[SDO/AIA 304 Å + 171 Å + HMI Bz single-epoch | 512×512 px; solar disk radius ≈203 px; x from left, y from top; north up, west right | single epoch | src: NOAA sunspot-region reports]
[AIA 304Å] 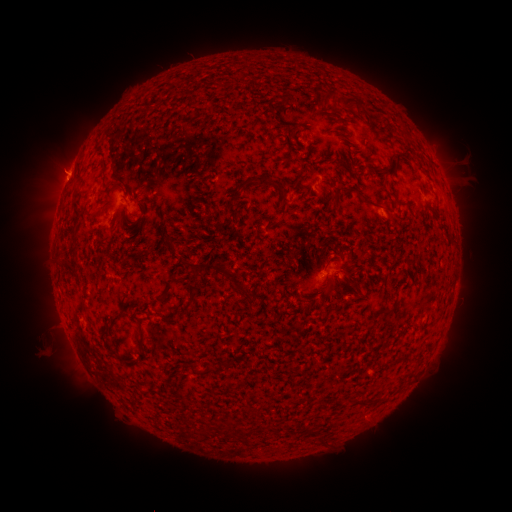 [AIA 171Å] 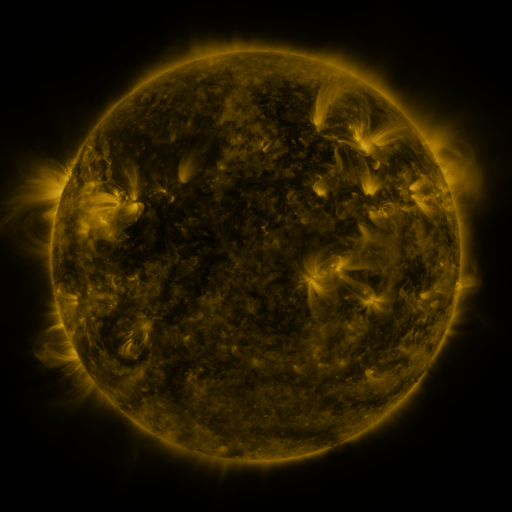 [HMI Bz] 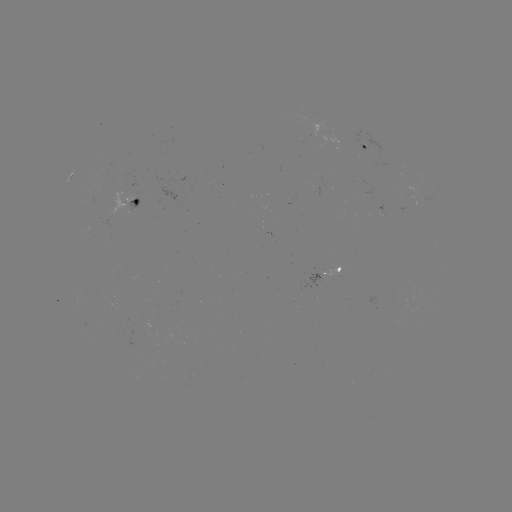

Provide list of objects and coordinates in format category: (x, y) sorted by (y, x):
spotted active region: (370, 149)
spotted active region: (135, 200)
spotted active region: (337, 268)
spotted active region: (151, 322)
